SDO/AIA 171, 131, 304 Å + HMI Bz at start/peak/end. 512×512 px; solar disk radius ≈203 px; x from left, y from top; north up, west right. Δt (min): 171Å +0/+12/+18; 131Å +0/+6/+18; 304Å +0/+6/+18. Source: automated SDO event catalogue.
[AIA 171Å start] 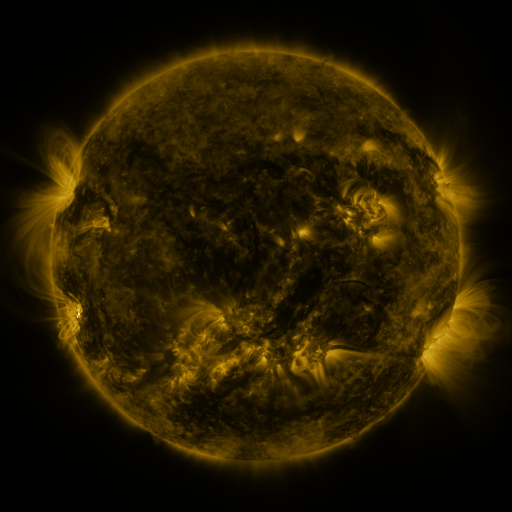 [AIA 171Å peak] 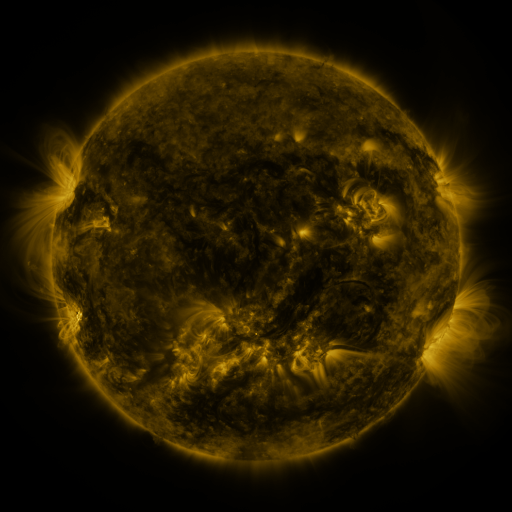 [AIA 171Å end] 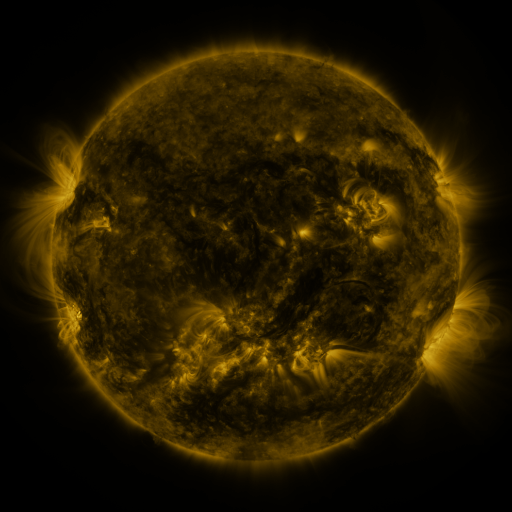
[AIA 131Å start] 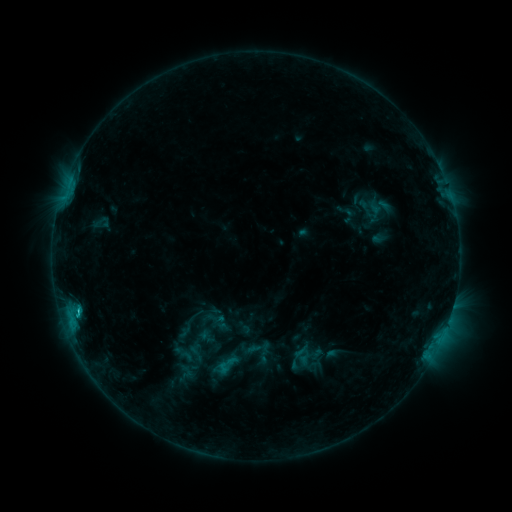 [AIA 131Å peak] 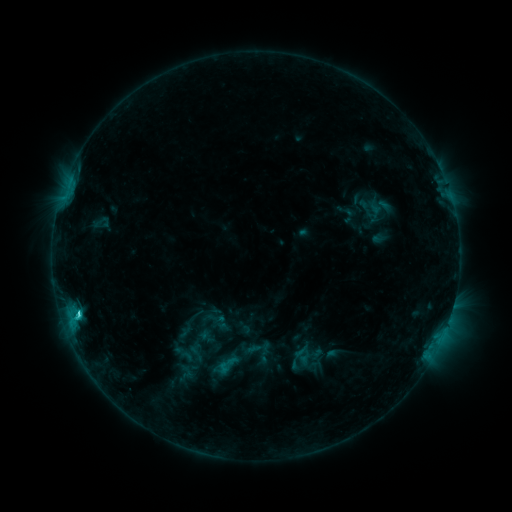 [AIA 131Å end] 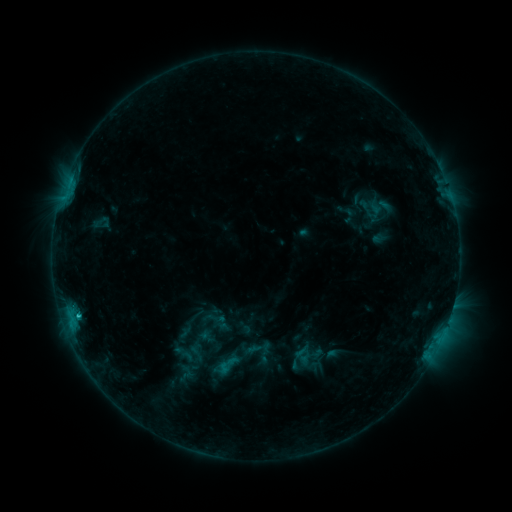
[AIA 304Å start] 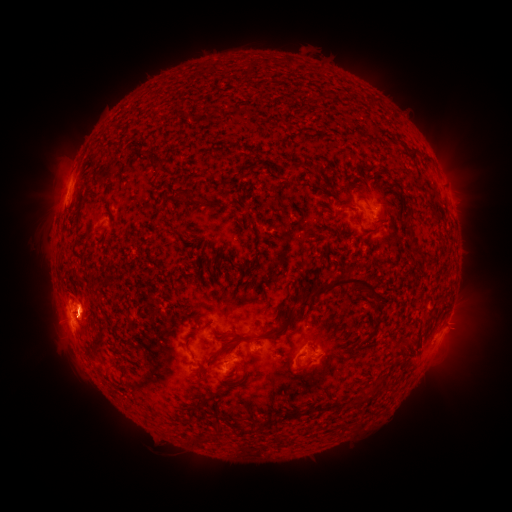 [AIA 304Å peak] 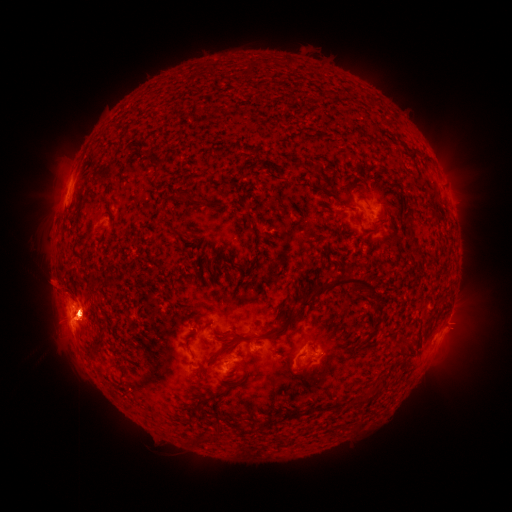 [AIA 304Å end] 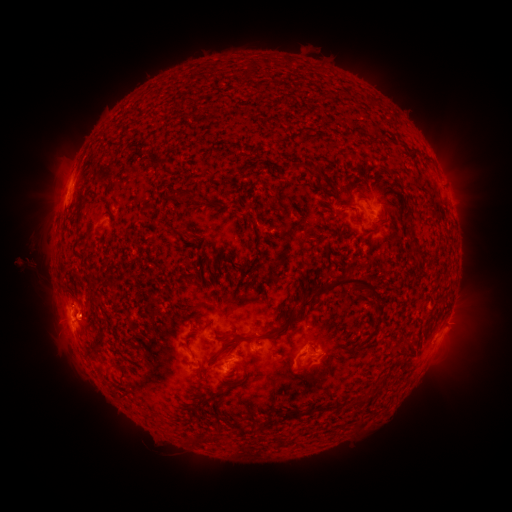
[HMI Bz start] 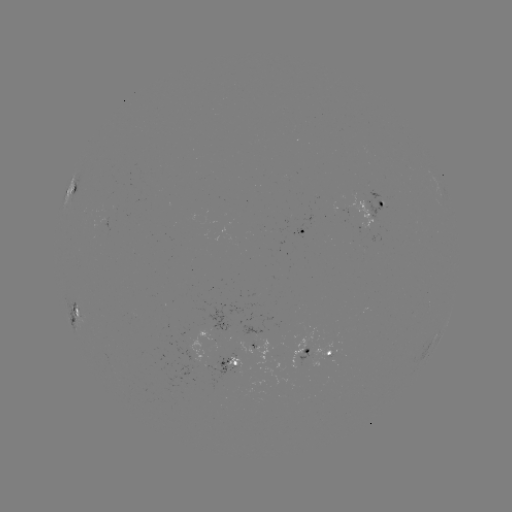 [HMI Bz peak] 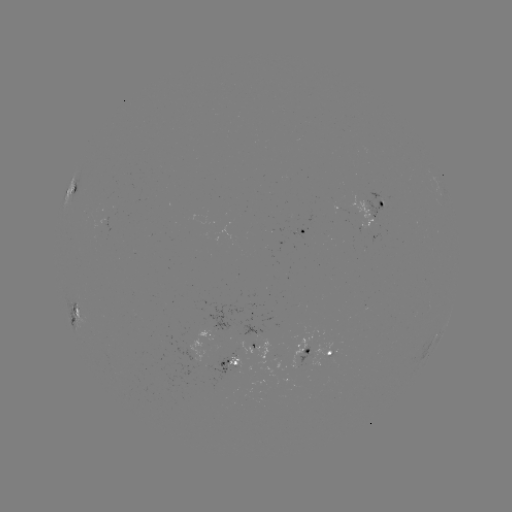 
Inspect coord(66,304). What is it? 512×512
eruption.